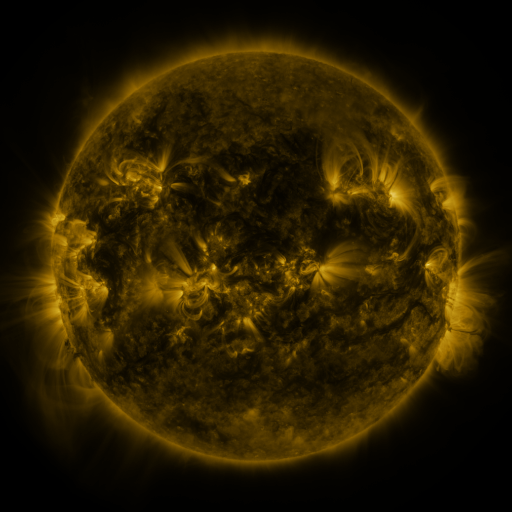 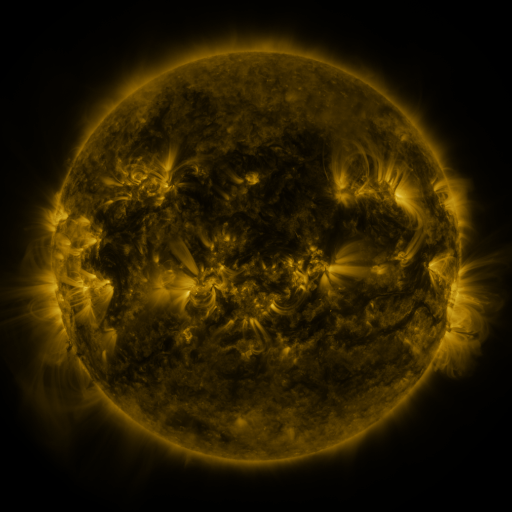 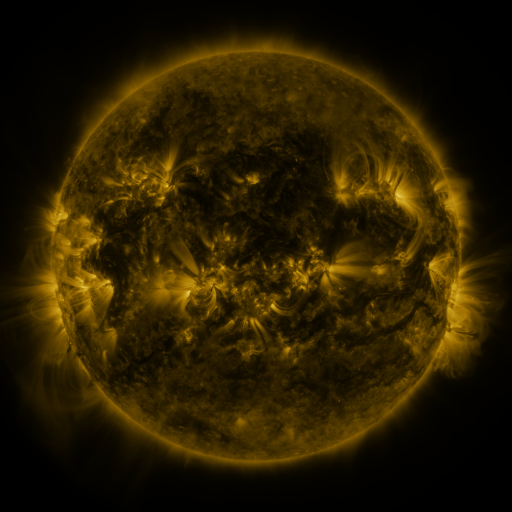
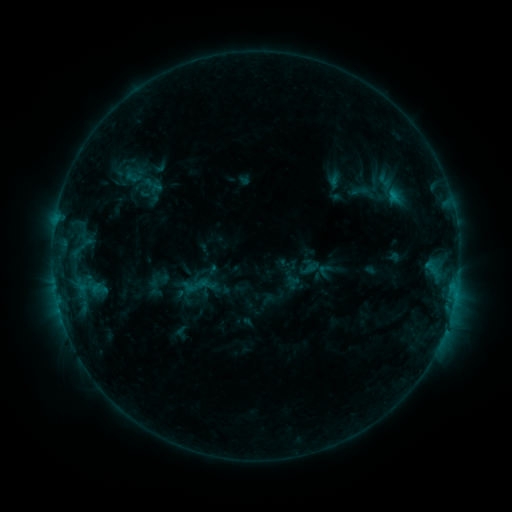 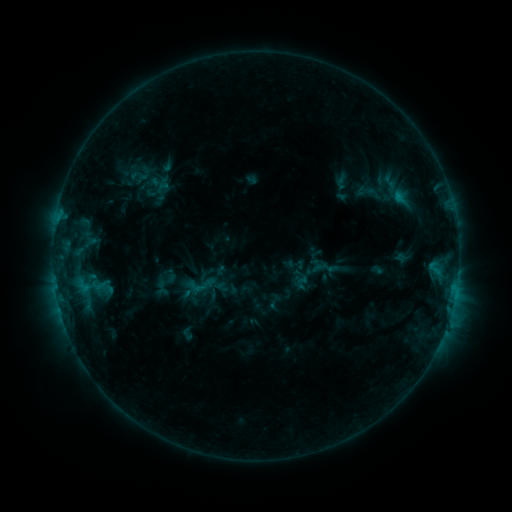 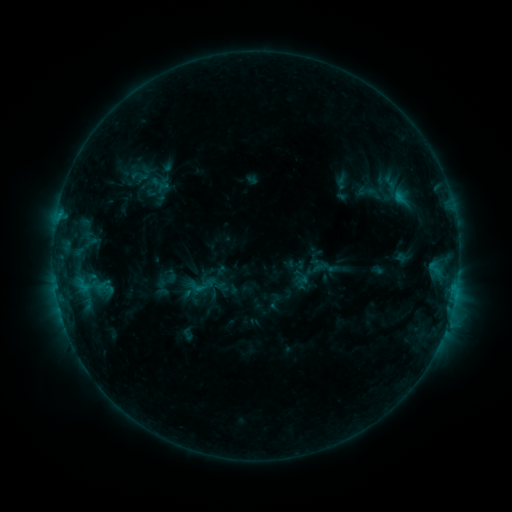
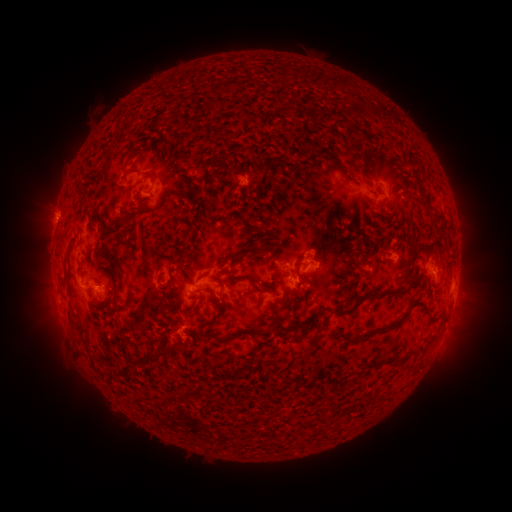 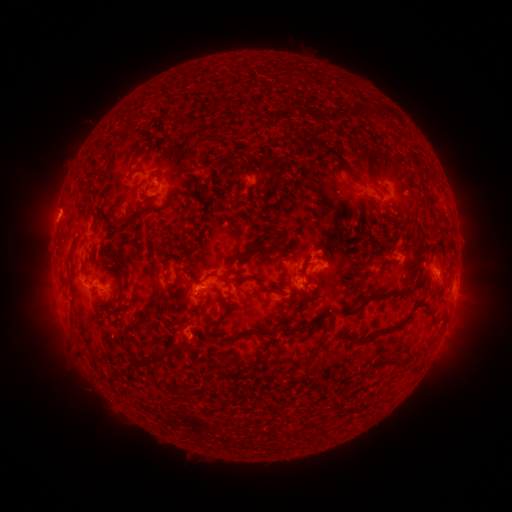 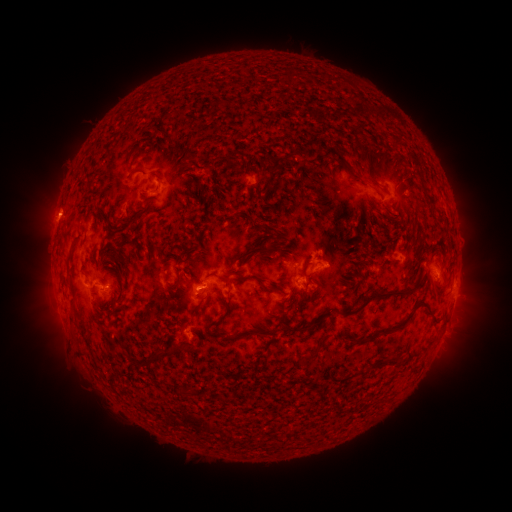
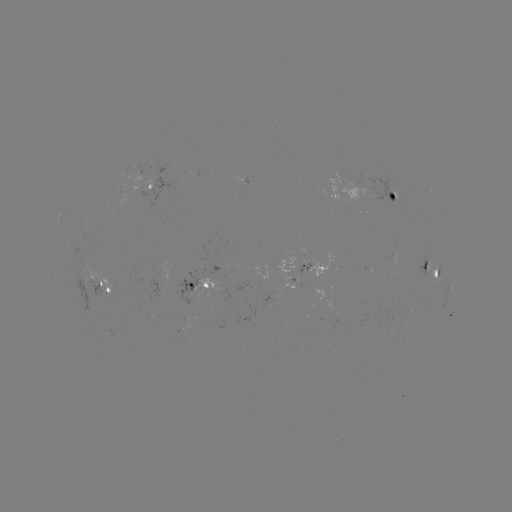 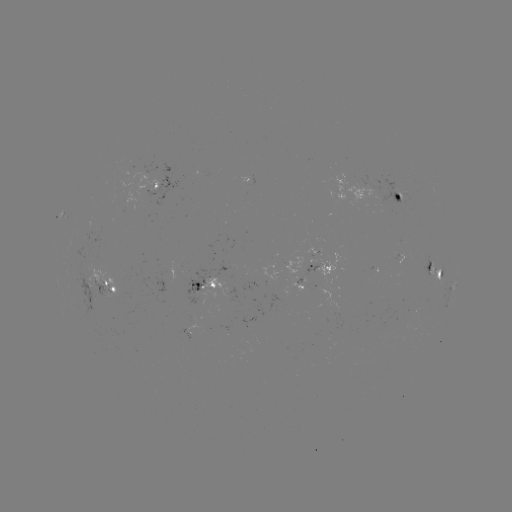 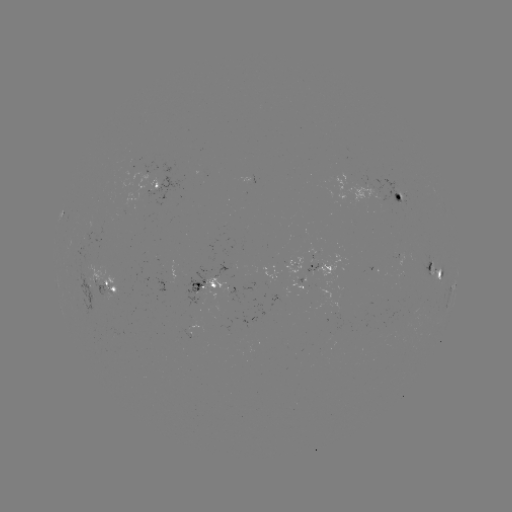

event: emerging-flux region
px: (203, 290)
